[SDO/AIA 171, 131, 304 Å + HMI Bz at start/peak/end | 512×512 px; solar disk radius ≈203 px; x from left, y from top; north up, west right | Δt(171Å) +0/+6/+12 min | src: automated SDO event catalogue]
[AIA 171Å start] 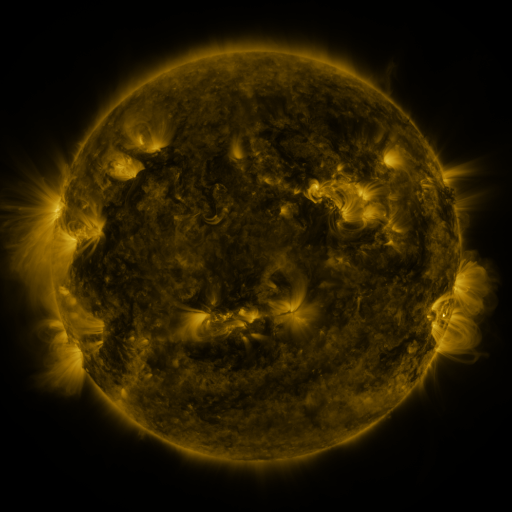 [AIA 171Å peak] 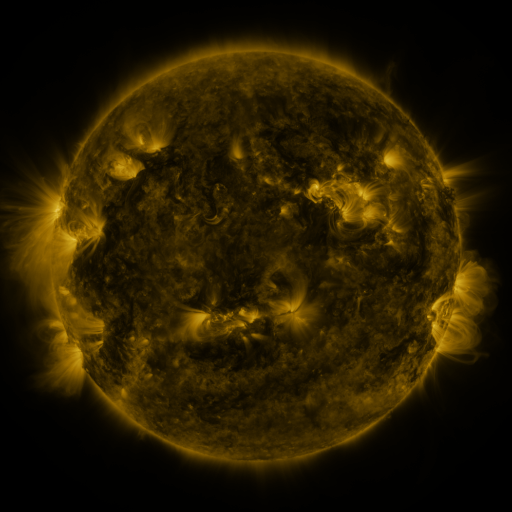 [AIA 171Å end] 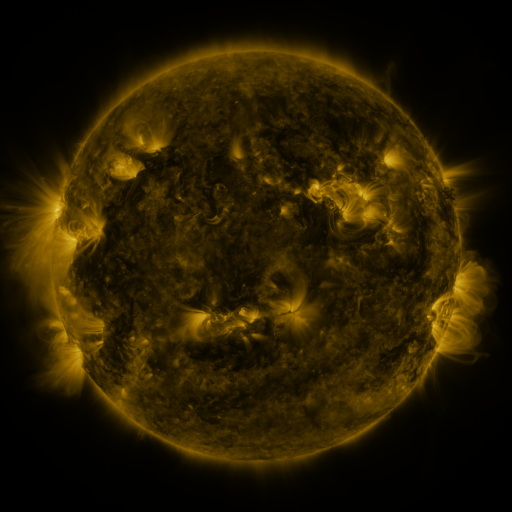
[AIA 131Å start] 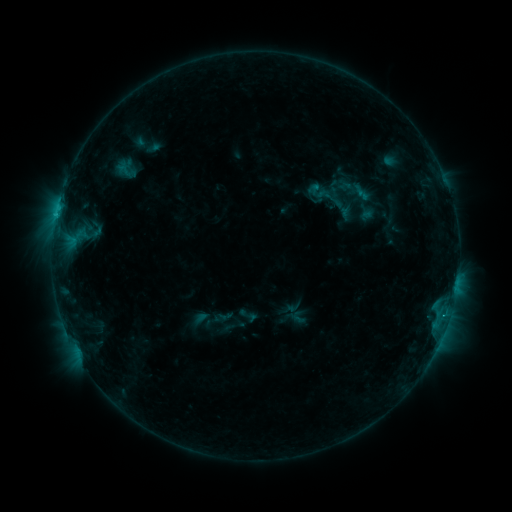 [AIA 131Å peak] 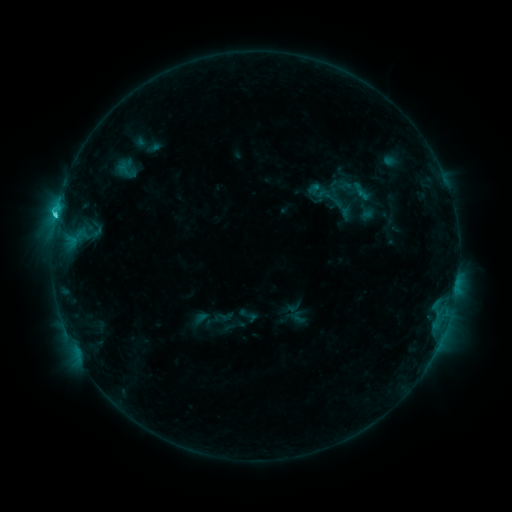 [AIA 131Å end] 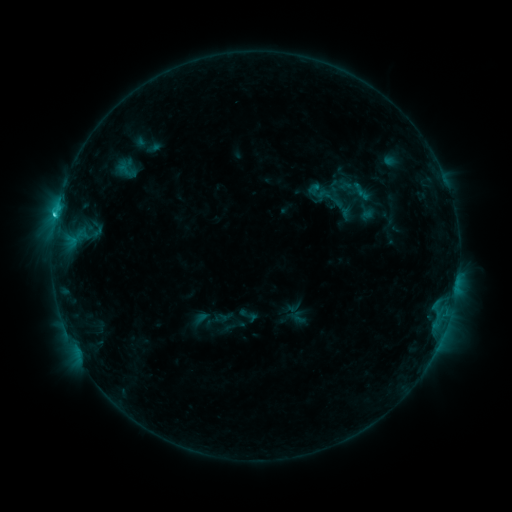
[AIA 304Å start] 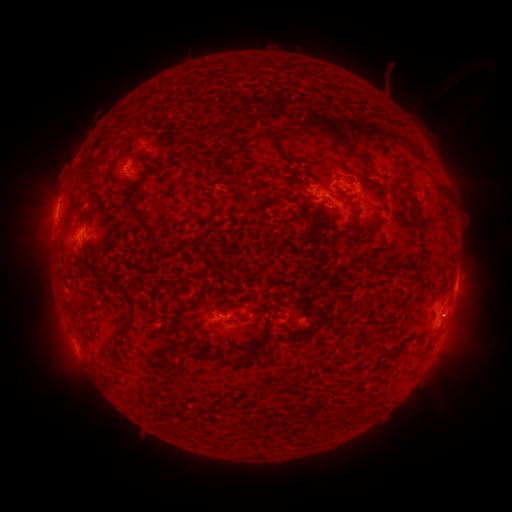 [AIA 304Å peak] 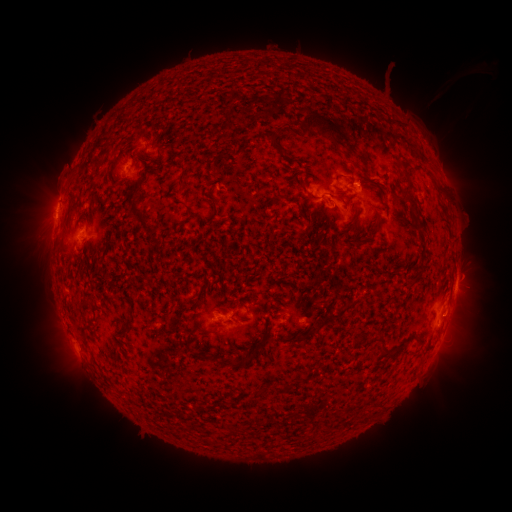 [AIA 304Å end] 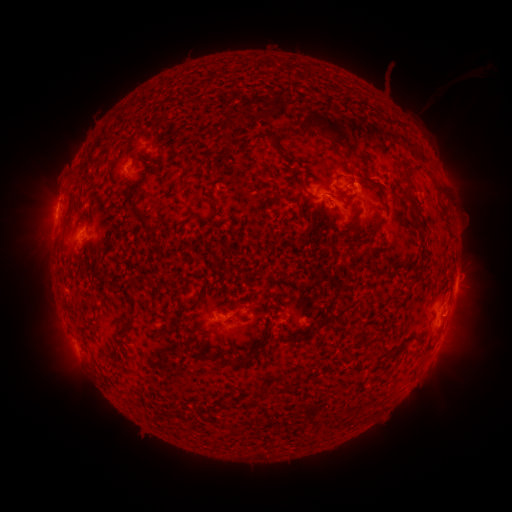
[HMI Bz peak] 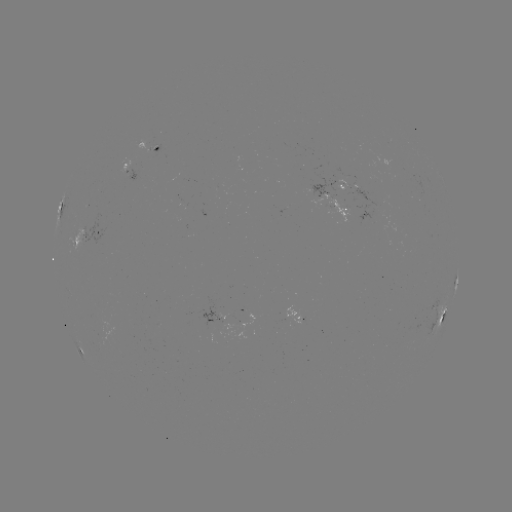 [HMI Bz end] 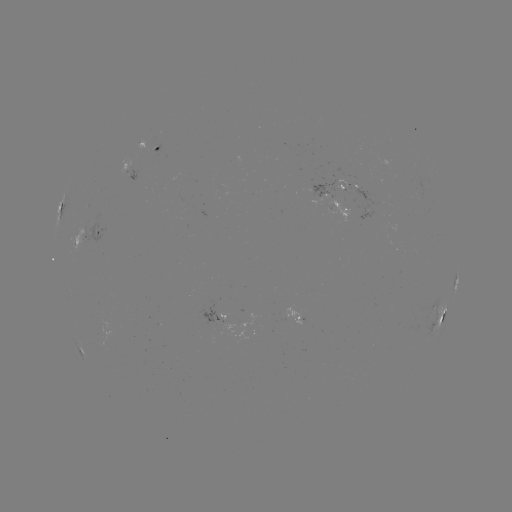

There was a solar flare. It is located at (56, 217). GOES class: C1.8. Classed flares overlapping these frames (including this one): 1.